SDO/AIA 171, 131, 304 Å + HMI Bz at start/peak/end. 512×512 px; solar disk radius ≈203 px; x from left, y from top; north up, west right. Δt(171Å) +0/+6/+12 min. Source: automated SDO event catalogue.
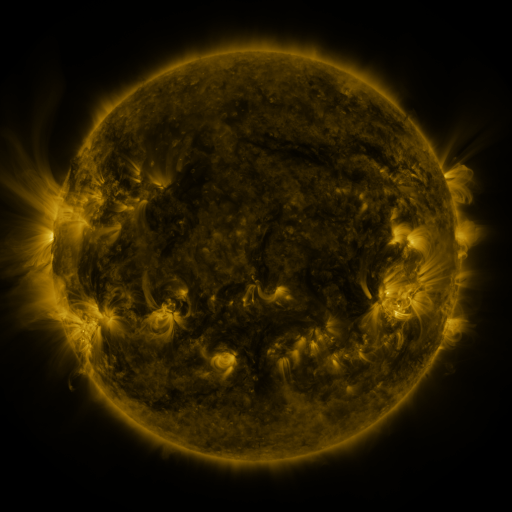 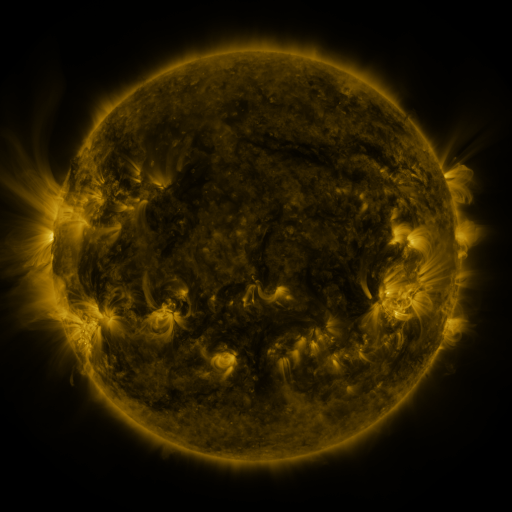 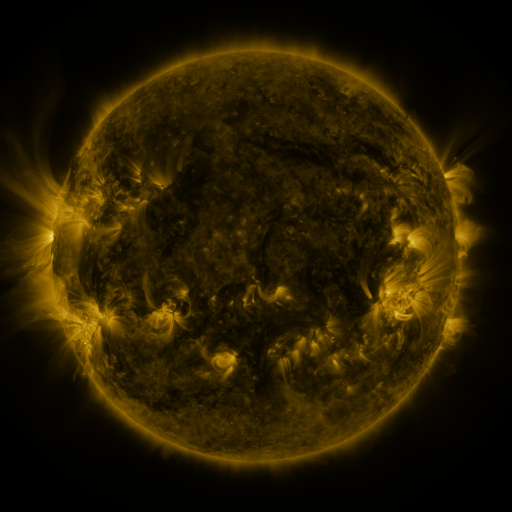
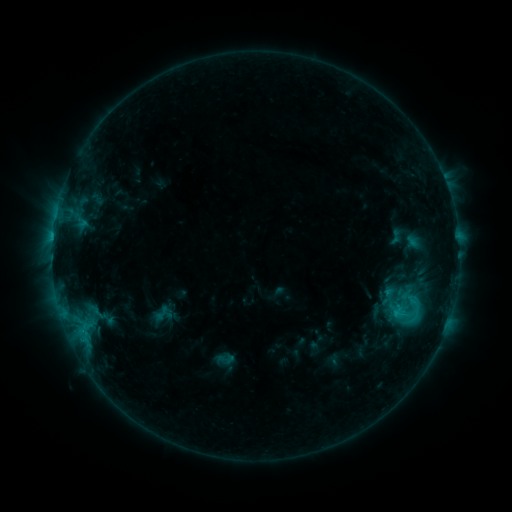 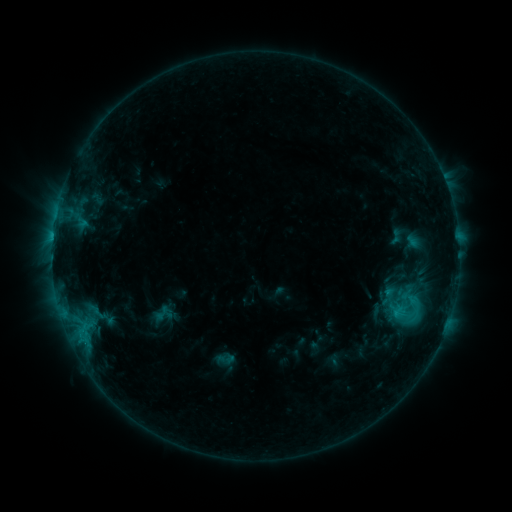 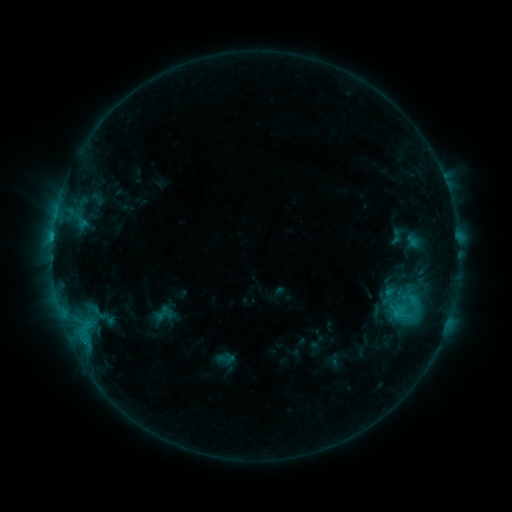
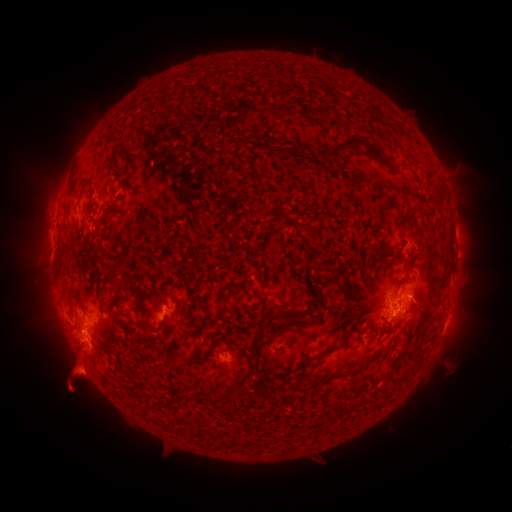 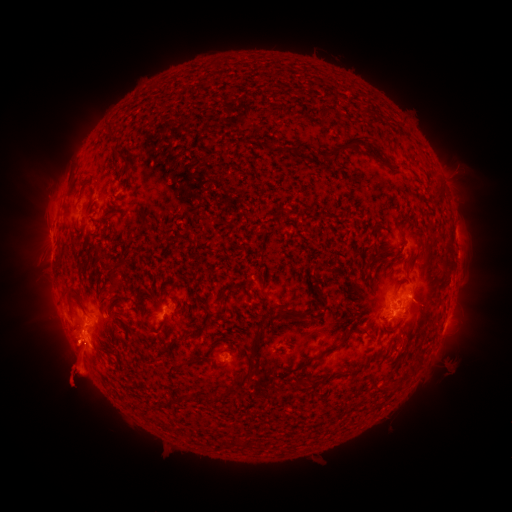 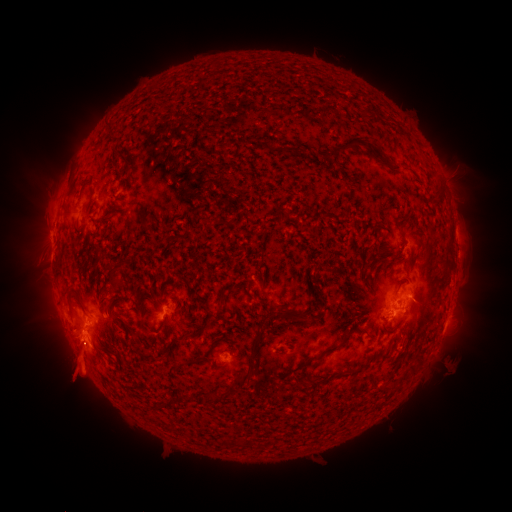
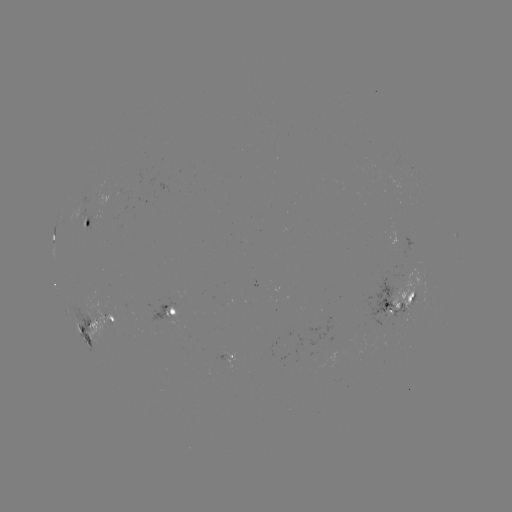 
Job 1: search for eruption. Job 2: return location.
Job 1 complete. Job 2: [65, 337].